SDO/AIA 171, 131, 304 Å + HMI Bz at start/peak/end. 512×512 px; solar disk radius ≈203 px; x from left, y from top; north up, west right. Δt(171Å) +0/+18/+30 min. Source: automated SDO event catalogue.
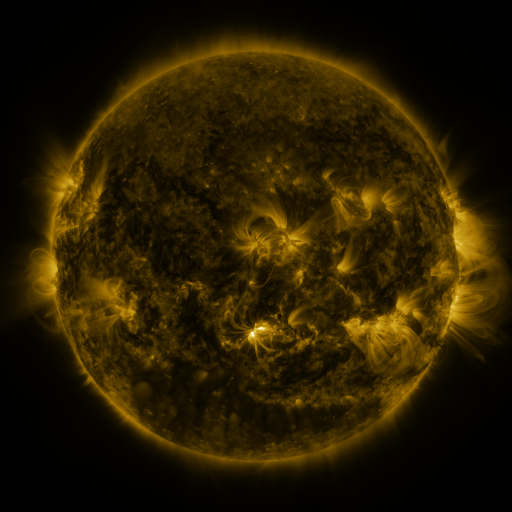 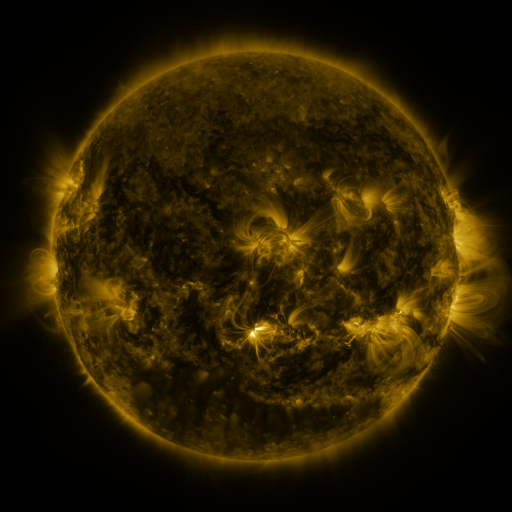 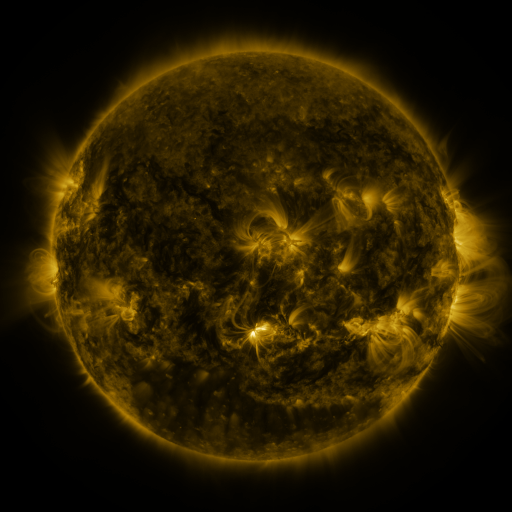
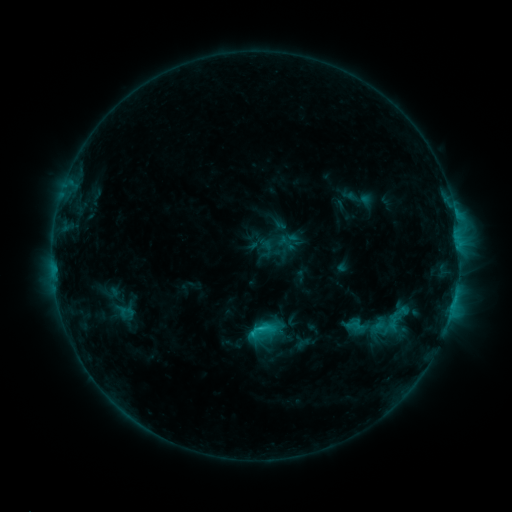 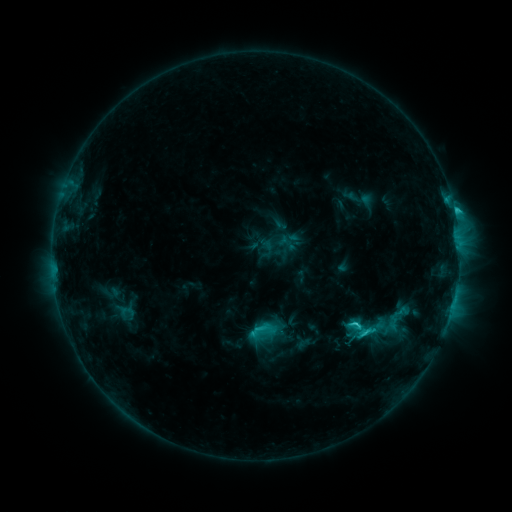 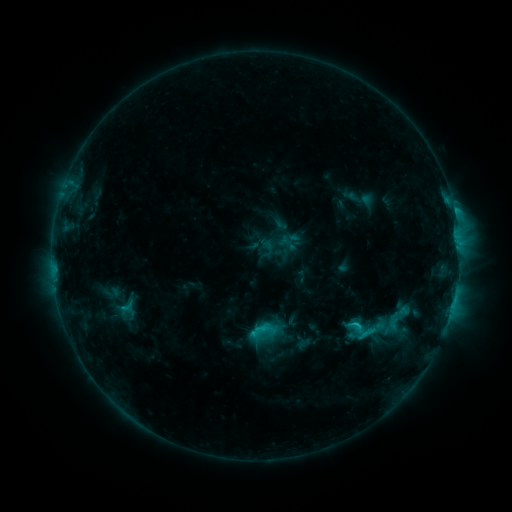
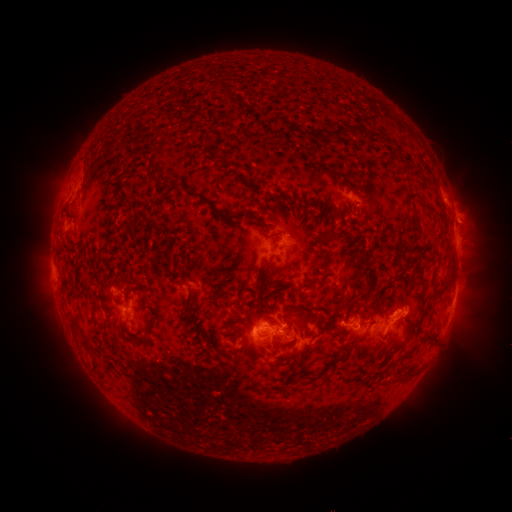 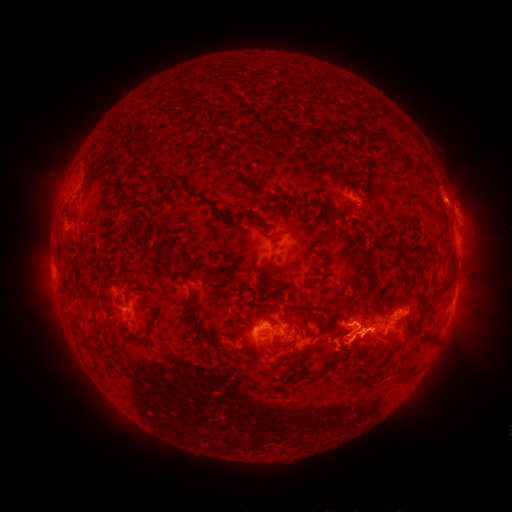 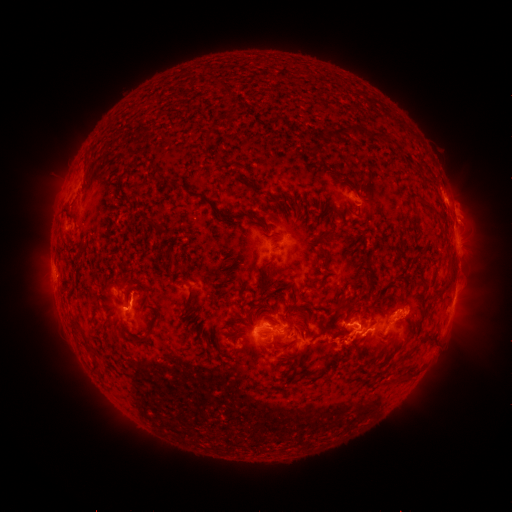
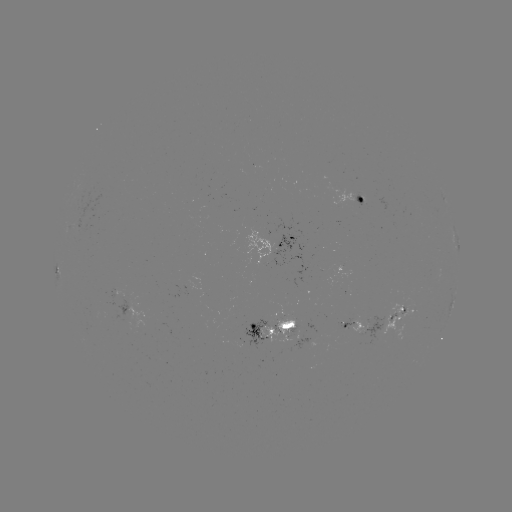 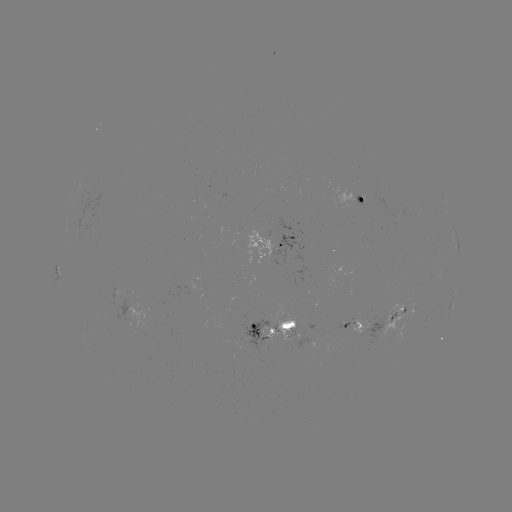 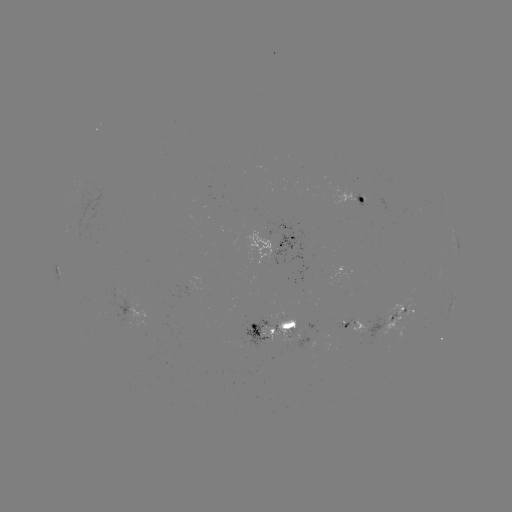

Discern C3.9 flare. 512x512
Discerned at [454, 213].